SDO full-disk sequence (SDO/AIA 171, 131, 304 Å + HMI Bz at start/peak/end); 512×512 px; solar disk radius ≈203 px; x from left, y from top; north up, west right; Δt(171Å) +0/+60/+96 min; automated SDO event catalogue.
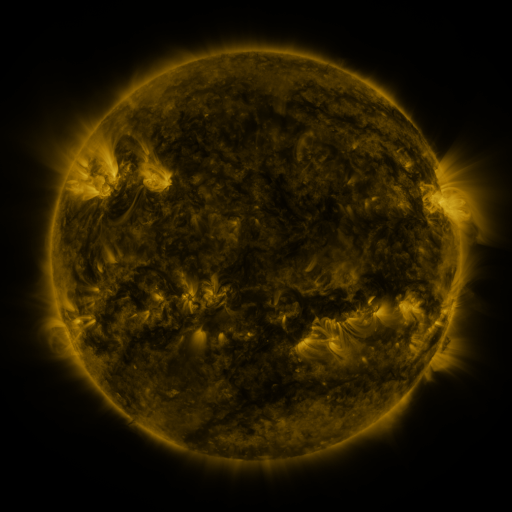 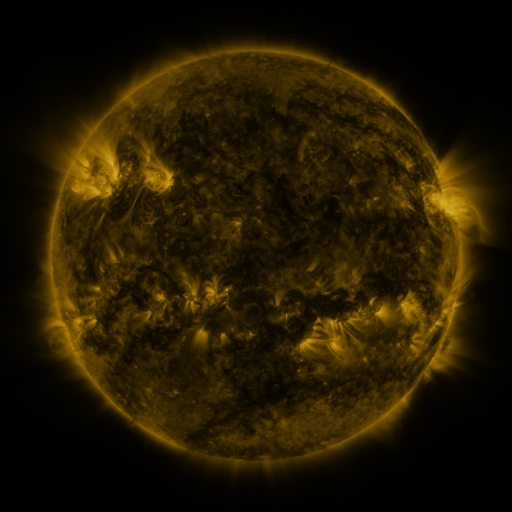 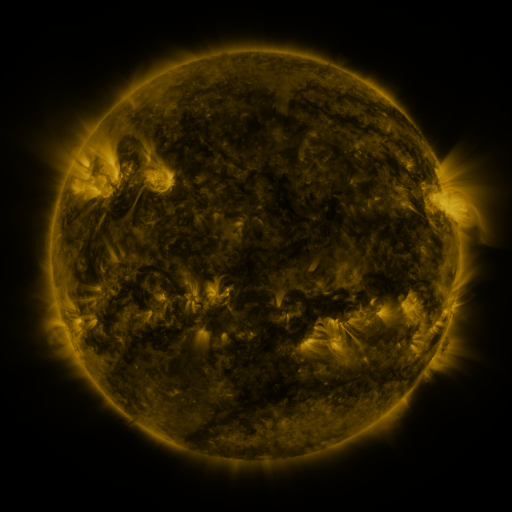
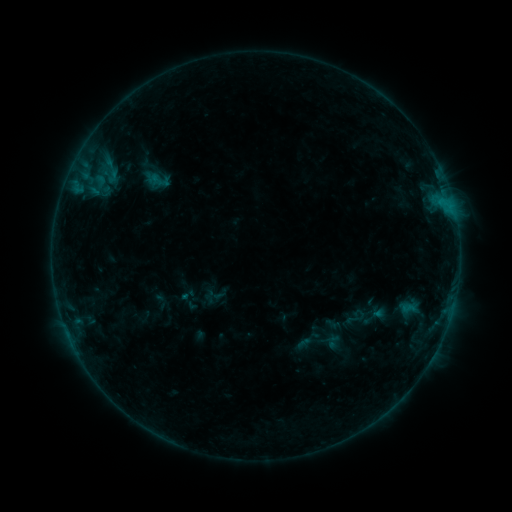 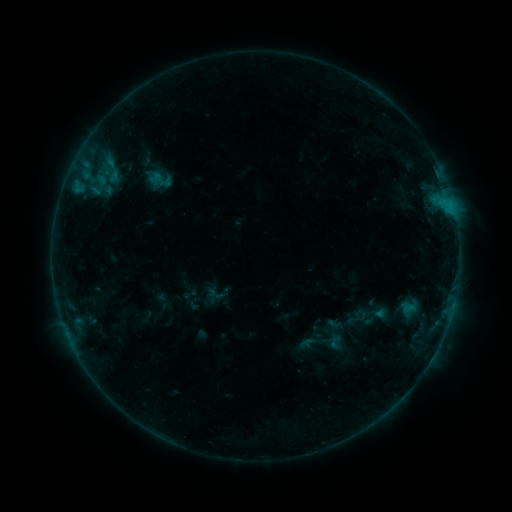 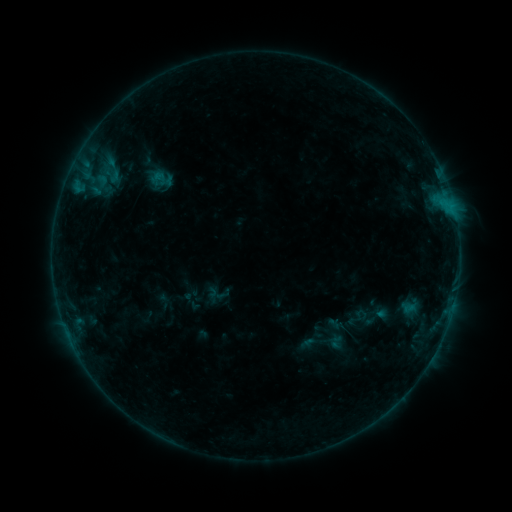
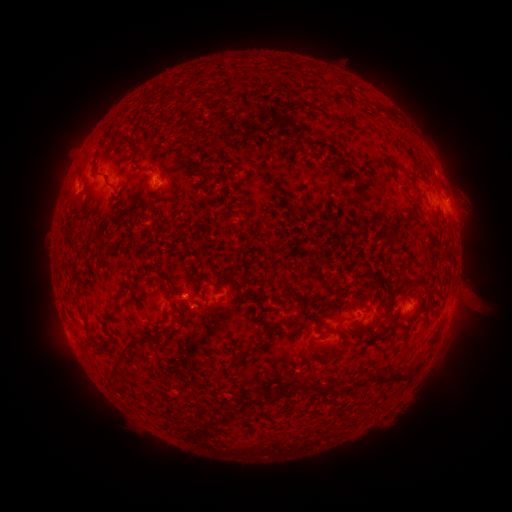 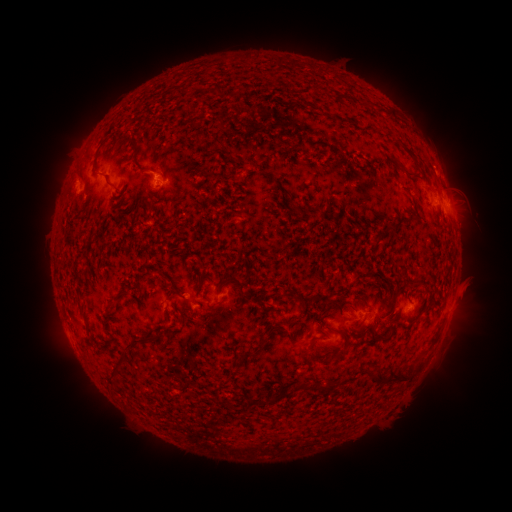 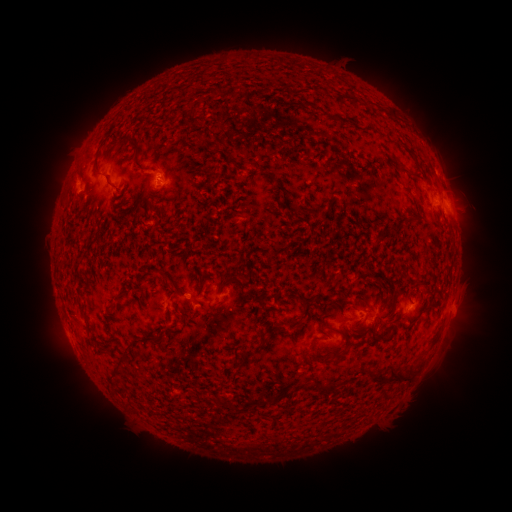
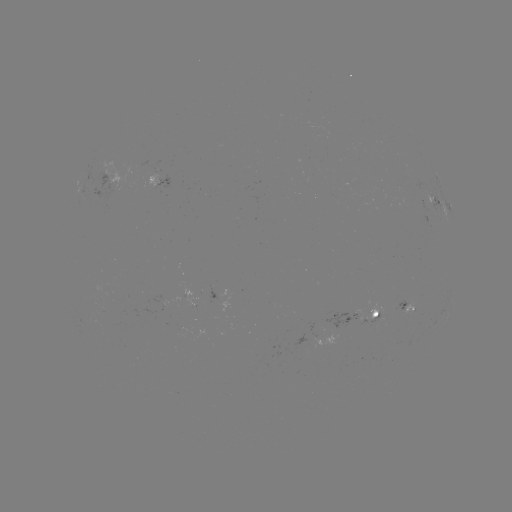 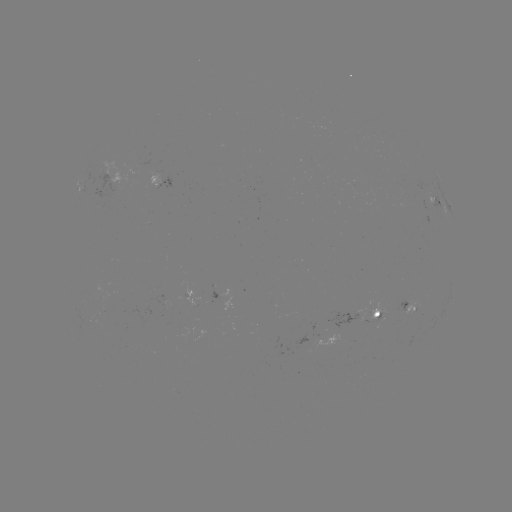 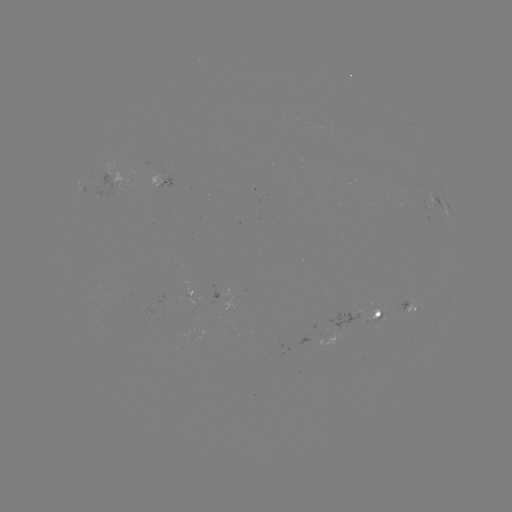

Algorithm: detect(emerging-flux region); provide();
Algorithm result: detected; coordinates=372,316